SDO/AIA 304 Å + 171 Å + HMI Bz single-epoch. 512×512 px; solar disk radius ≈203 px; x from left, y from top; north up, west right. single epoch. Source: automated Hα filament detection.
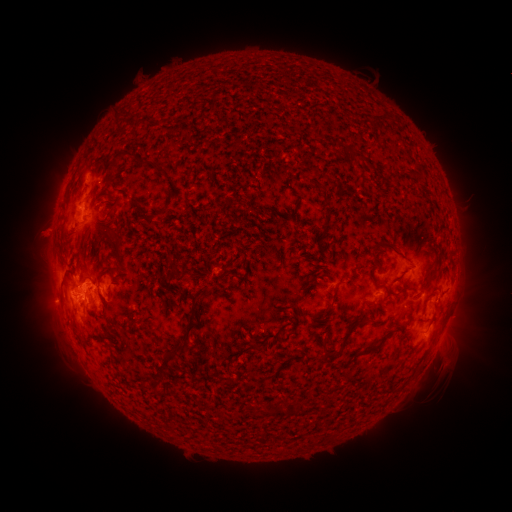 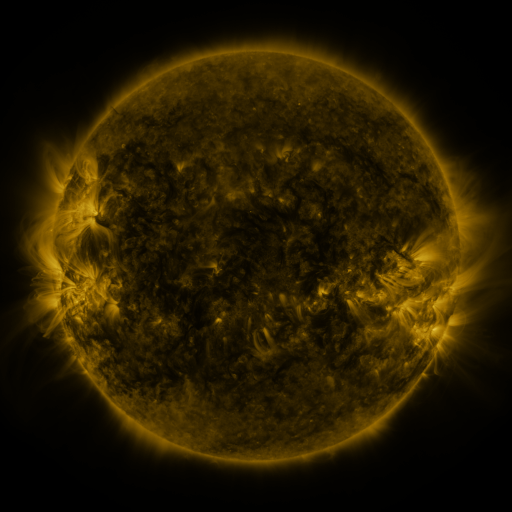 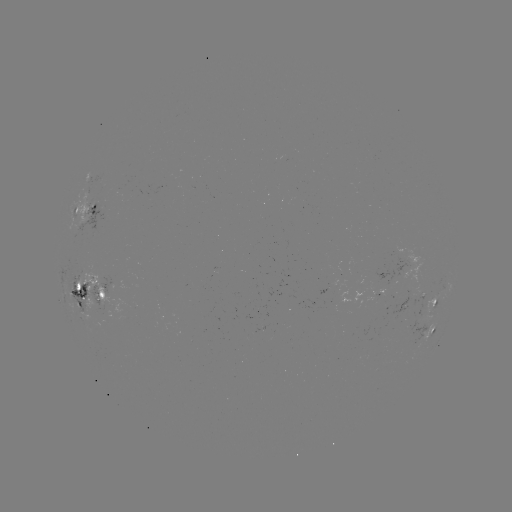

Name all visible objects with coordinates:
filament: (86, 156)
filament: (159, 170)
filament: (394, 174)
filament: (109, 181)
filament: (327, 219)
filament: (384, 242)
filament: (374, 253)
filament: (430, 278)
filament: (184, 280)
filament: (375, 280)
filament: (405, 286)
filament: (79, 292)
filament: (383, 296)
filament: (104, 299)
filament: (364, 320)
filament: (191, 328)
filament: (371, 348)
filament: (181, 349)
